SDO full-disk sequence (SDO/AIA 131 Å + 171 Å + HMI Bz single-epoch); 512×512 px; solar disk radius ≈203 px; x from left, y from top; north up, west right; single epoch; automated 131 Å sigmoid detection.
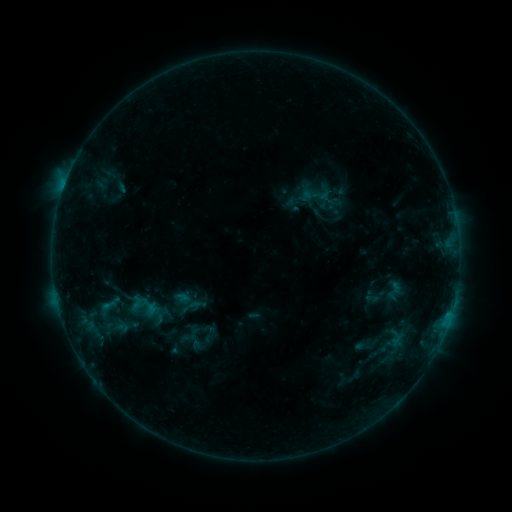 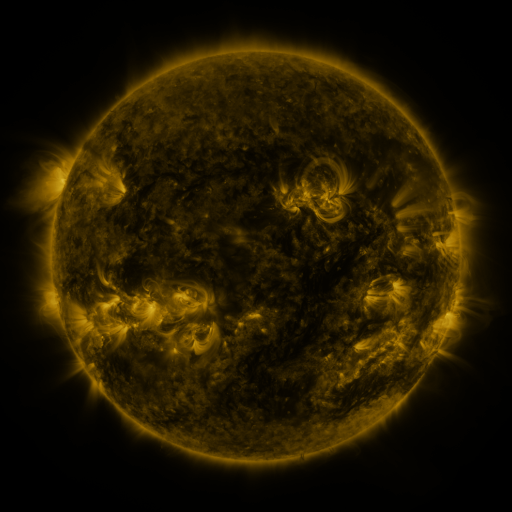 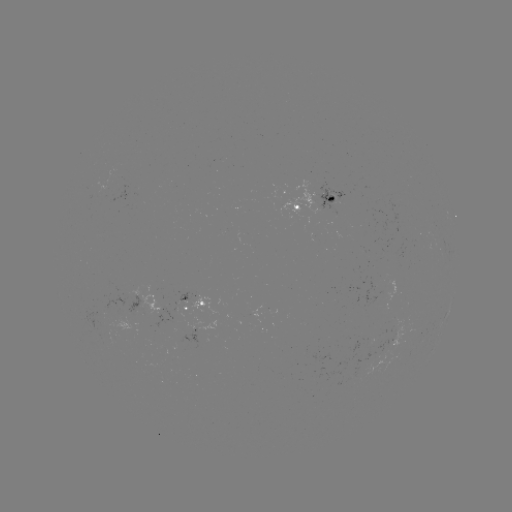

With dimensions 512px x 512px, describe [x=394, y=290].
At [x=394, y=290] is sigmoid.